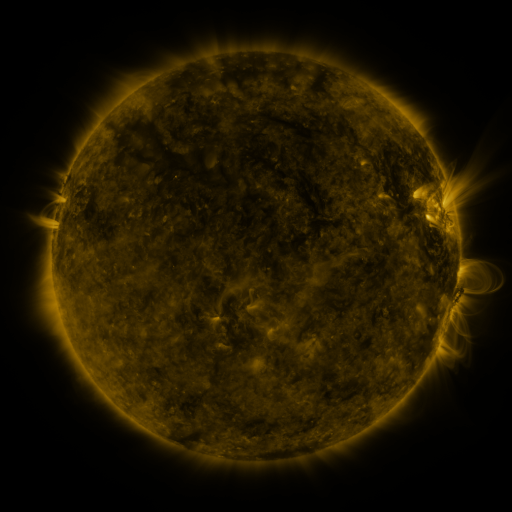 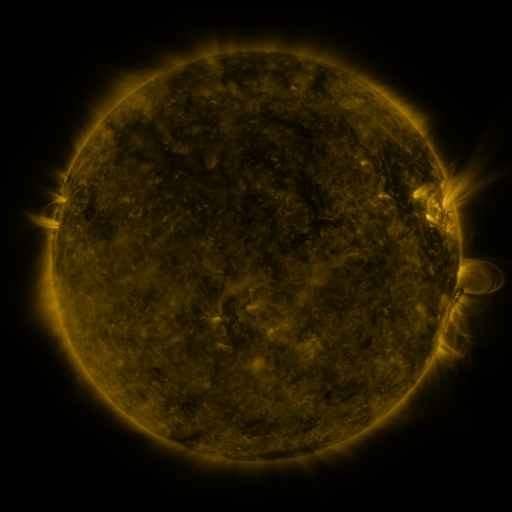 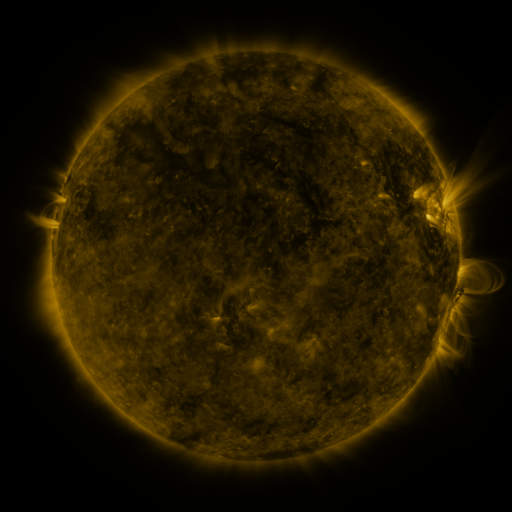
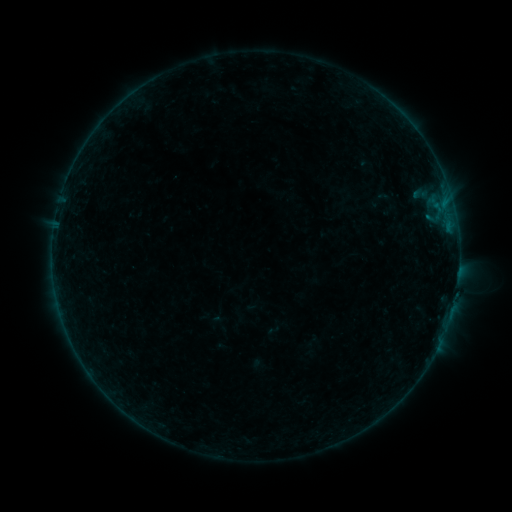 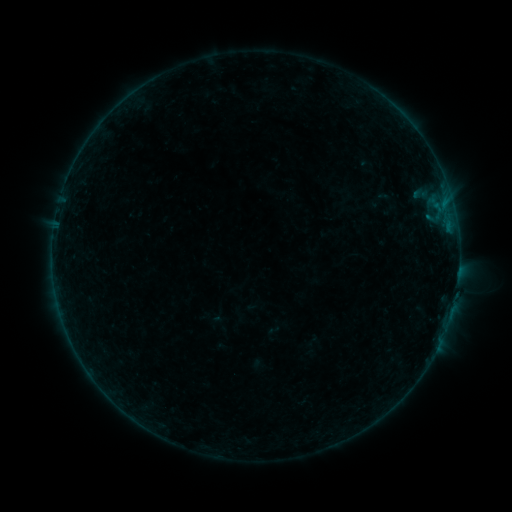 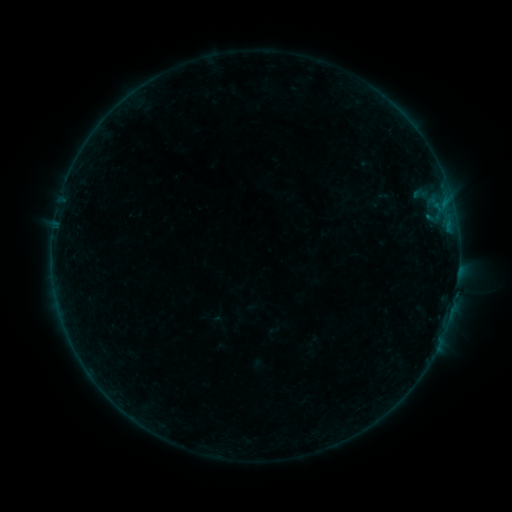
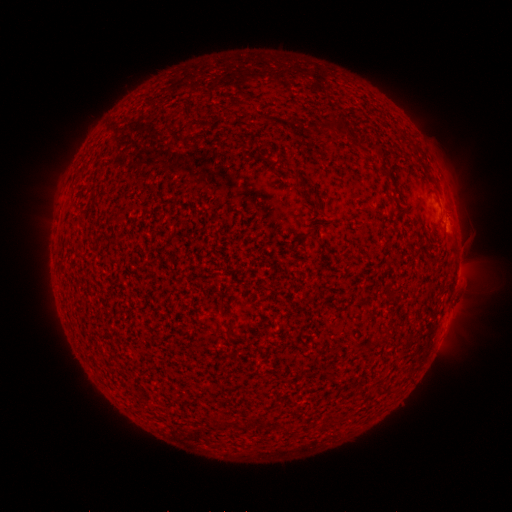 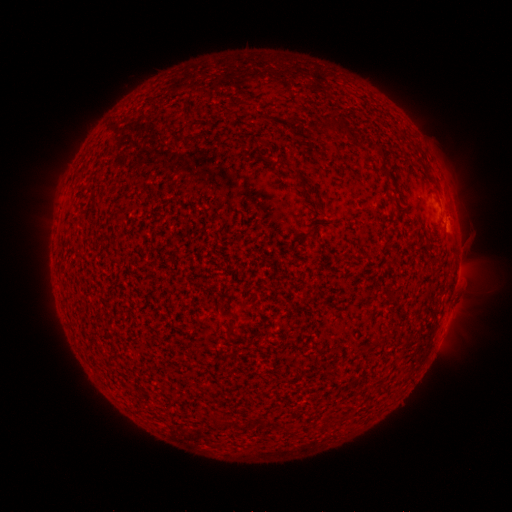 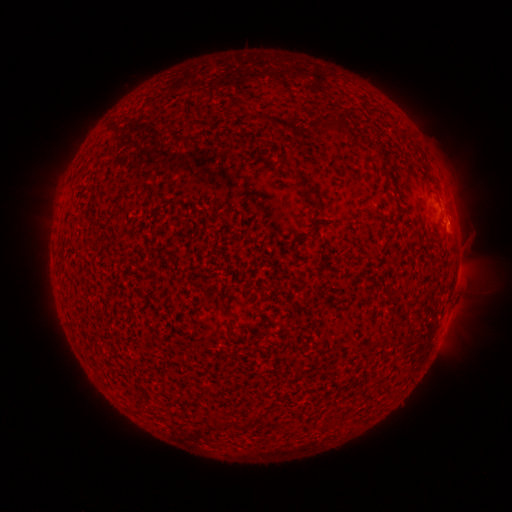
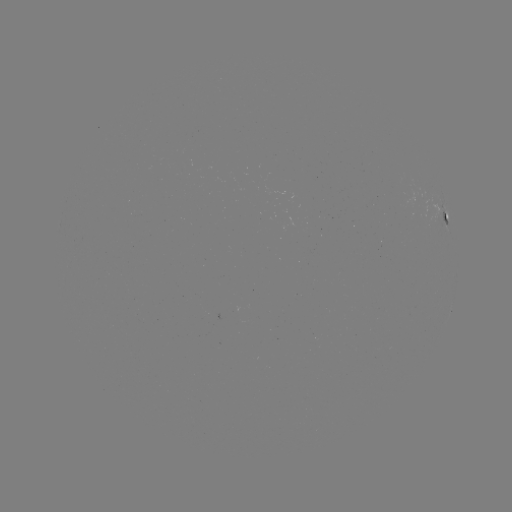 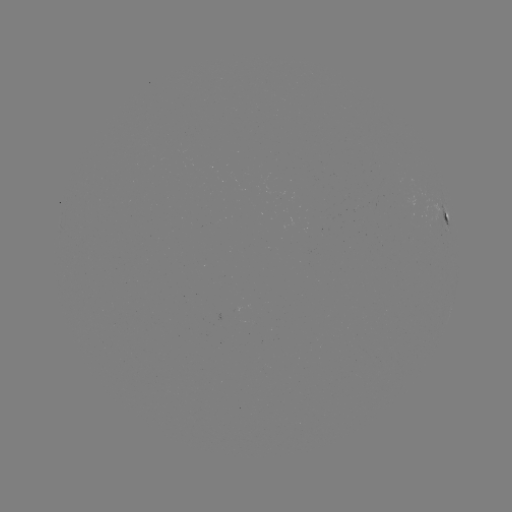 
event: flare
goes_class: B1.6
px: (447, 223)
